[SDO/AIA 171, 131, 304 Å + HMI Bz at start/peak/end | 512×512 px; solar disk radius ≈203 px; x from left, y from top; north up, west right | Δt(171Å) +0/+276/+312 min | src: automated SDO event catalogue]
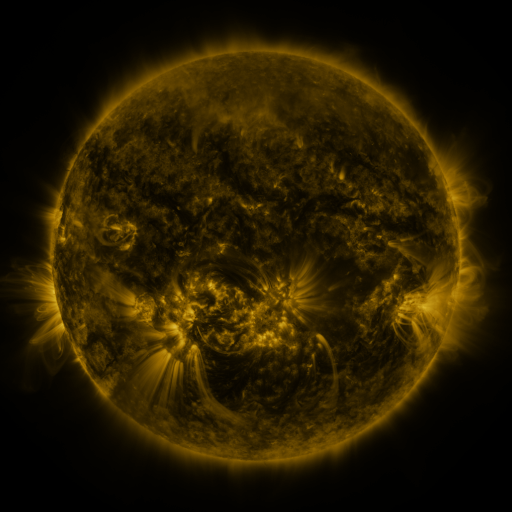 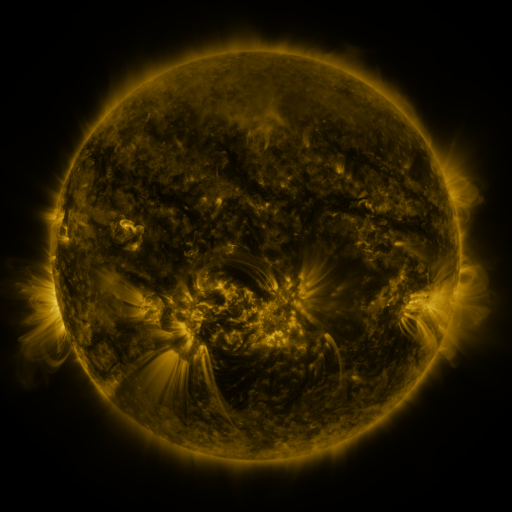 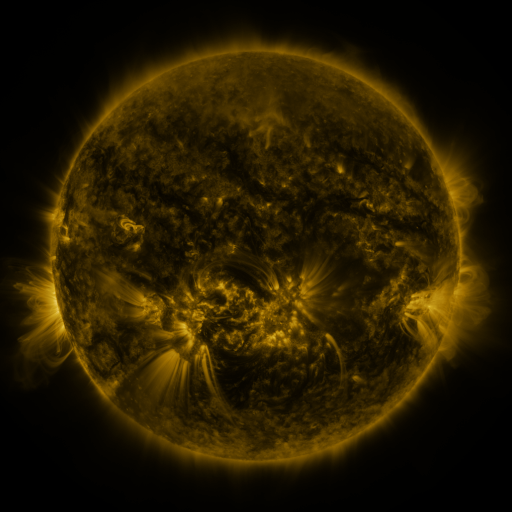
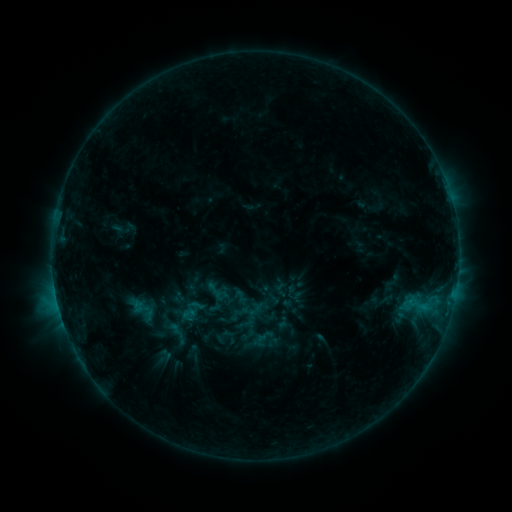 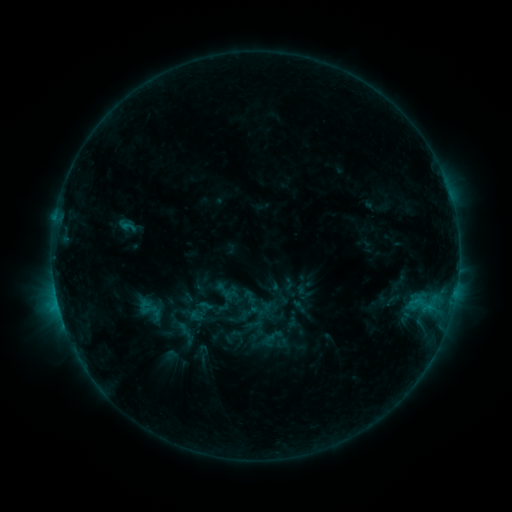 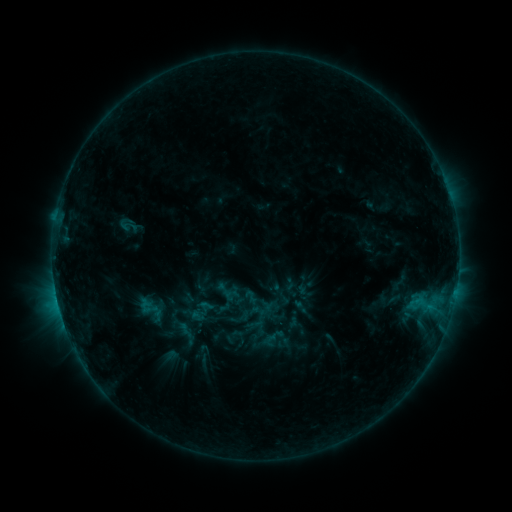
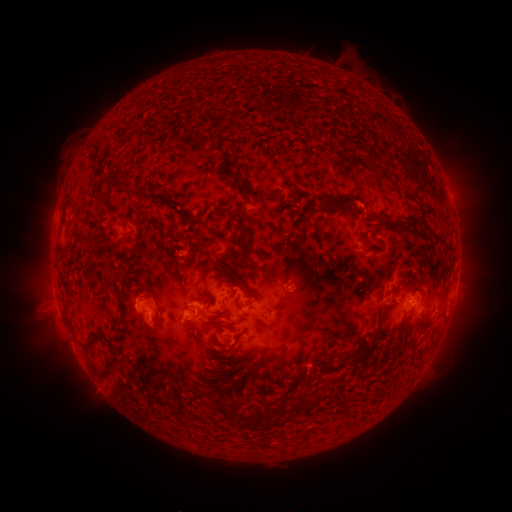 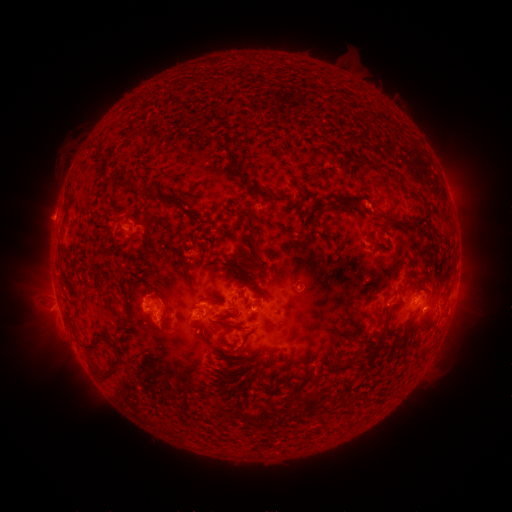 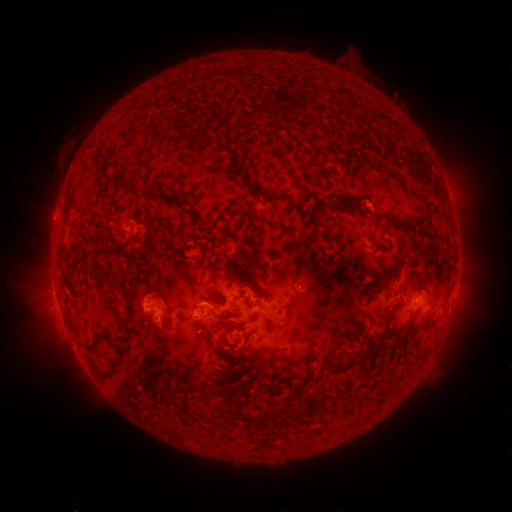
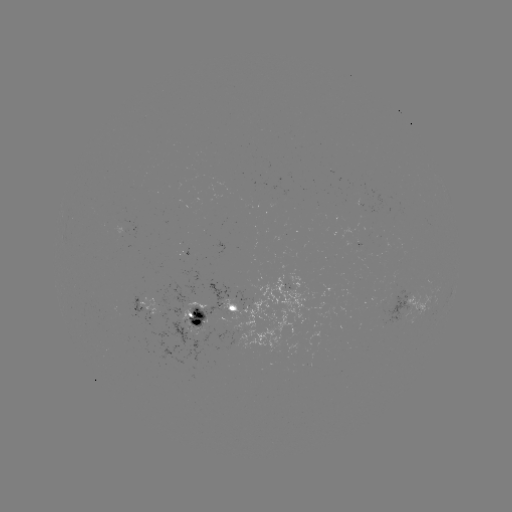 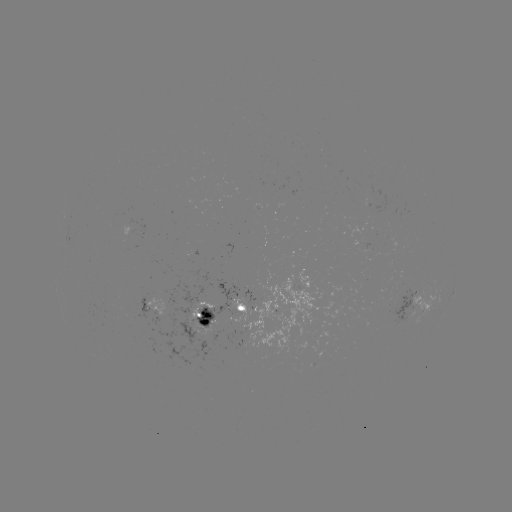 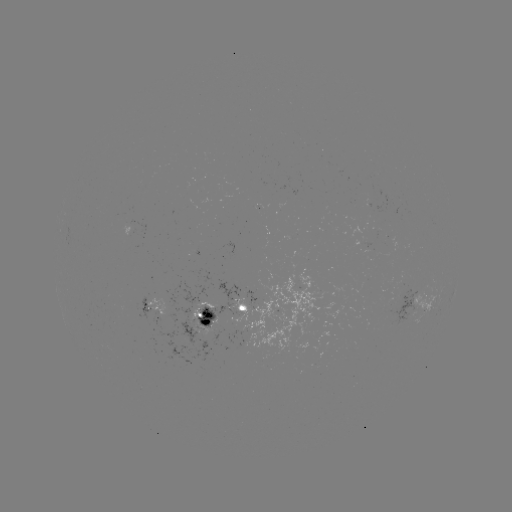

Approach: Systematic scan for emerging-flux region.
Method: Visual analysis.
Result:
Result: emerging-flux region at [197, 309].